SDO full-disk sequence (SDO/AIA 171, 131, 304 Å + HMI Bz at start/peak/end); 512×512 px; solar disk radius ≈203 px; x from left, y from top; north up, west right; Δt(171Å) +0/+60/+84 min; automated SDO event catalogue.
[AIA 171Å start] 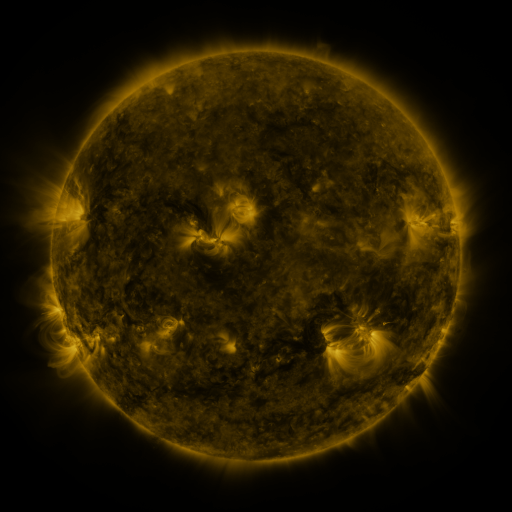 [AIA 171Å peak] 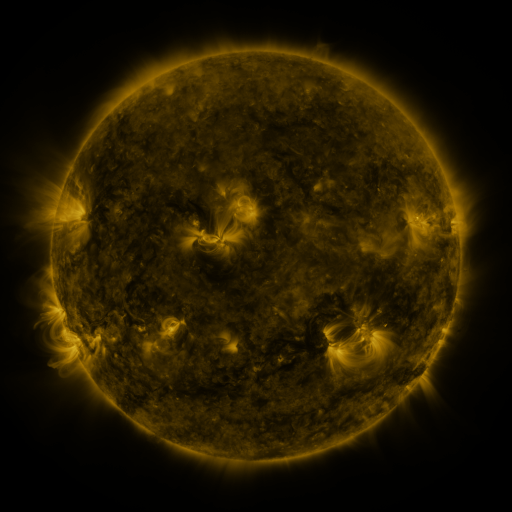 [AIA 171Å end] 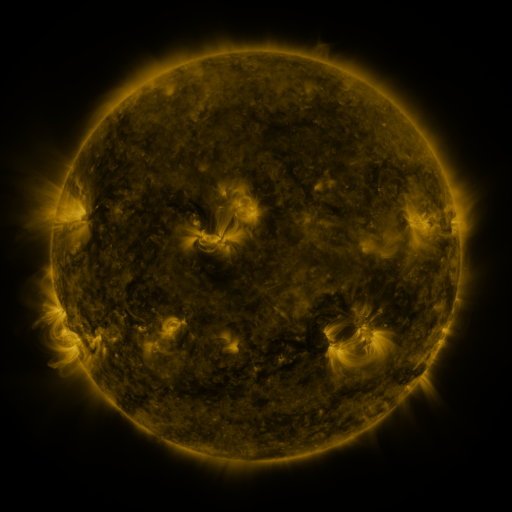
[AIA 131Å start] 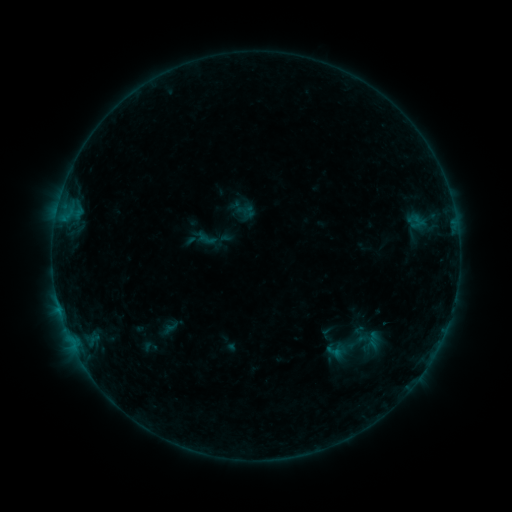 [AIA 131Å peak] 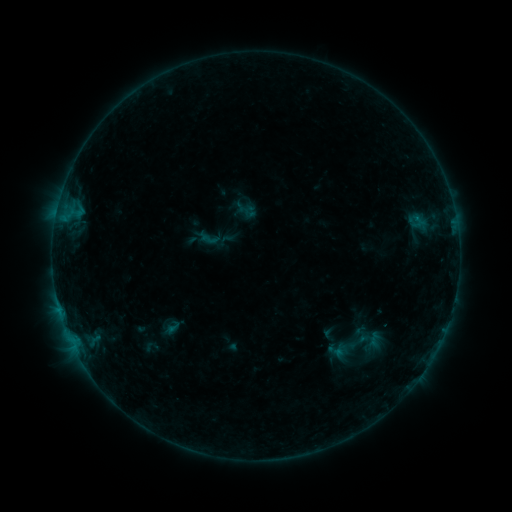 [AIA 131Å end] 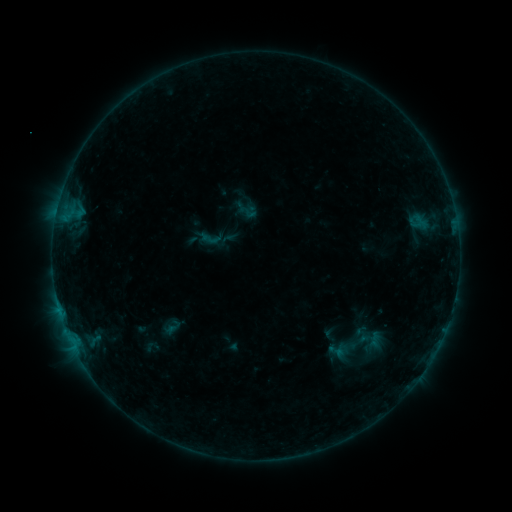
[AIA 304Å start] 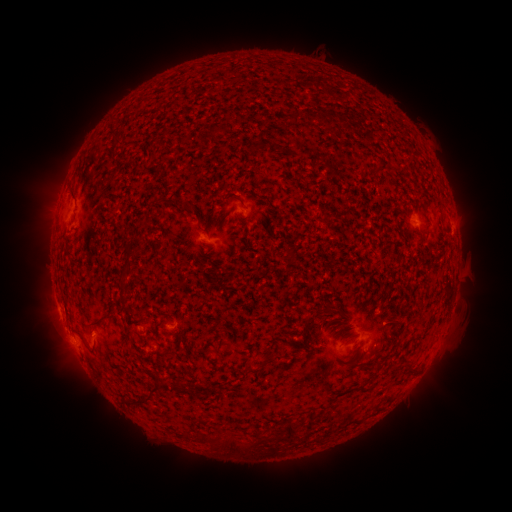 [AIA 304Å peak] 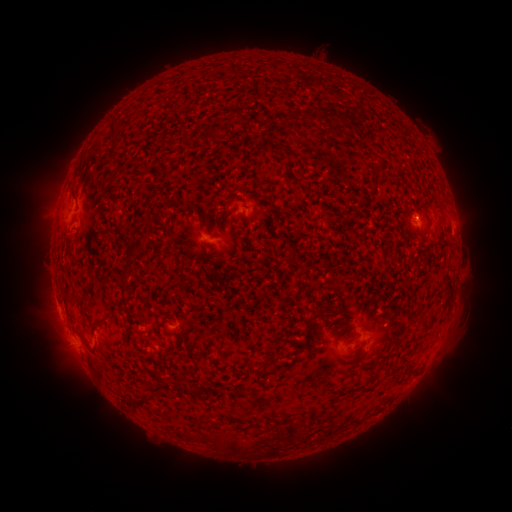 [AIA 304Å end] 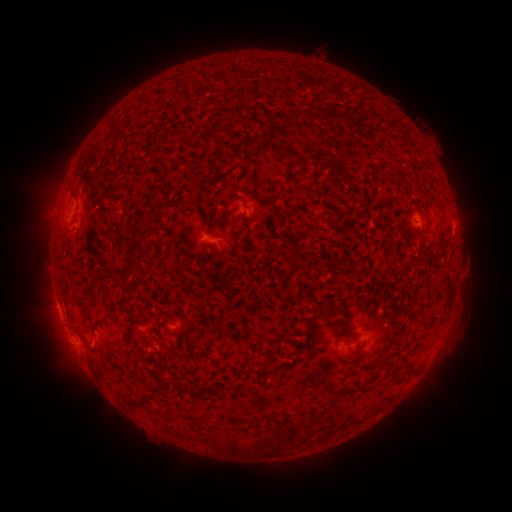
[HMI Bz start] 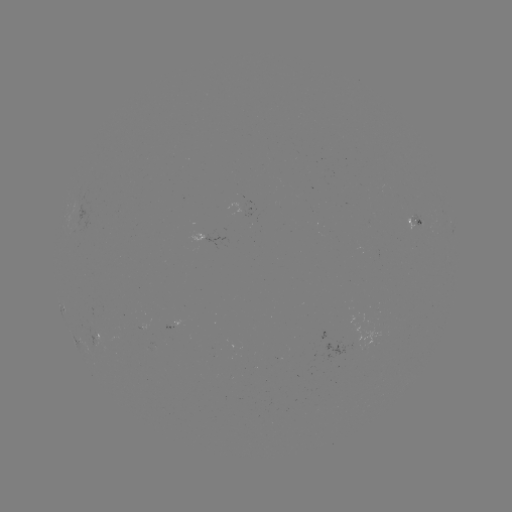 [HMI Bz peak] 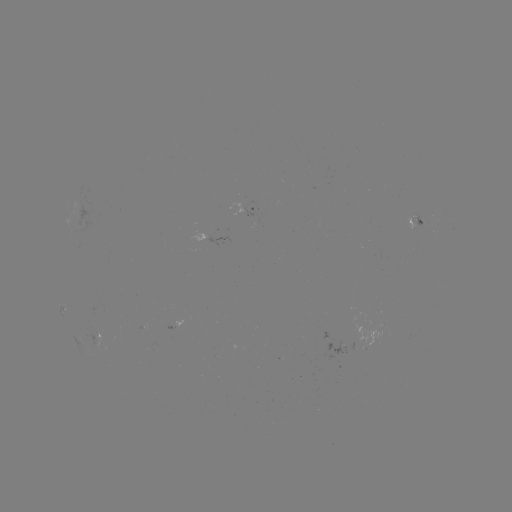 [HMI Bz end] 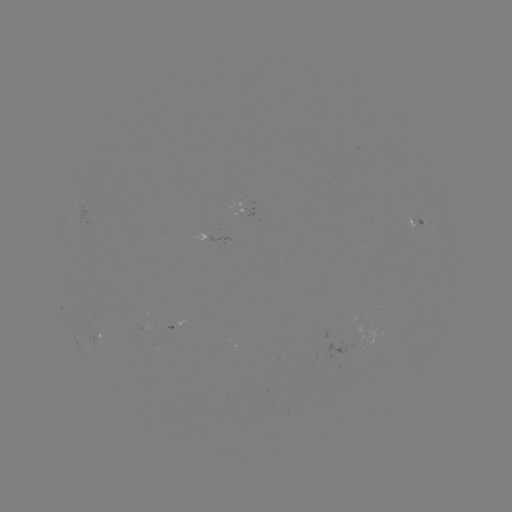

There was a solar emerging-flux region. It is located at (421, 222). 